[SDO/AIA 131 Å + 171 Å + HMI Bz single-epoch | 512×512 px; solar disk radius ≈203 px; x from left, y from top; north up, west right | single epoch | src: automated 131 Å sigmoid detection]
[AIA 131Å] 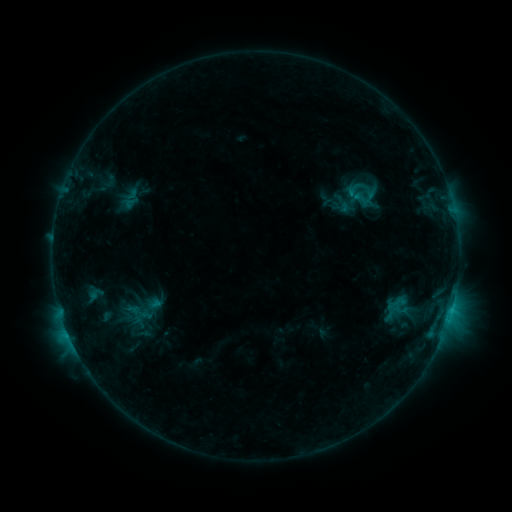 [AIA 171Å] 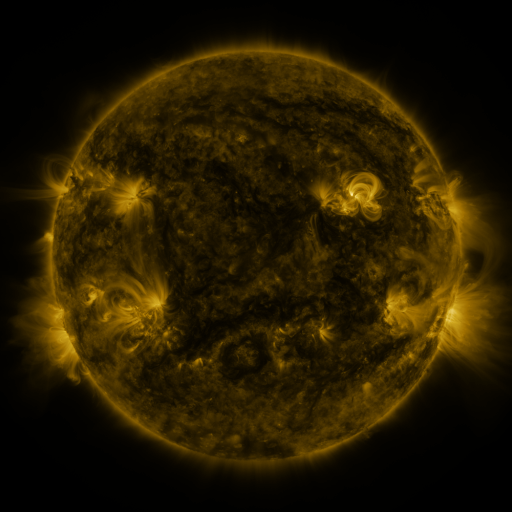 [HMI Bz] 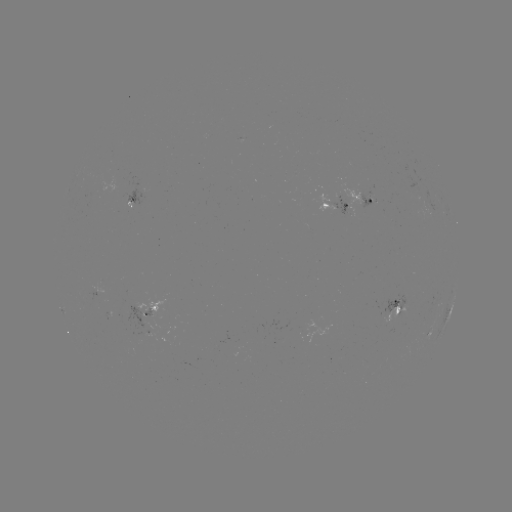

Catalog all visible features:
sigmoid: (340, 180, 369, 205)
sigmoid: (390, 294, 408, 314)
